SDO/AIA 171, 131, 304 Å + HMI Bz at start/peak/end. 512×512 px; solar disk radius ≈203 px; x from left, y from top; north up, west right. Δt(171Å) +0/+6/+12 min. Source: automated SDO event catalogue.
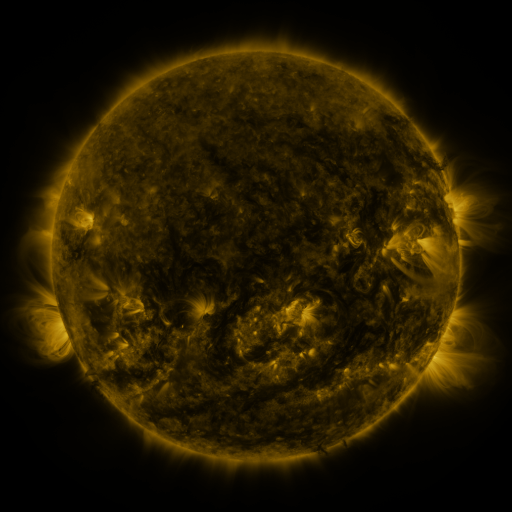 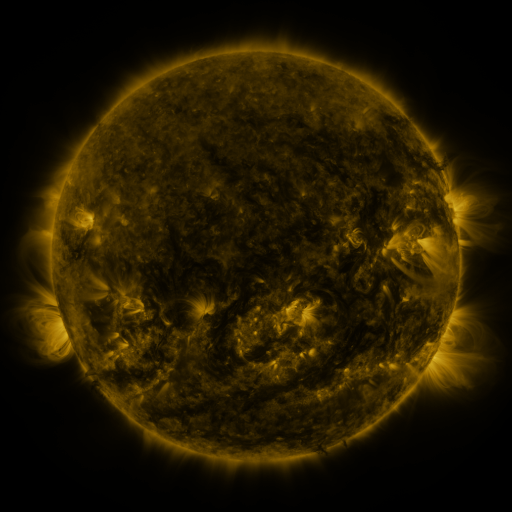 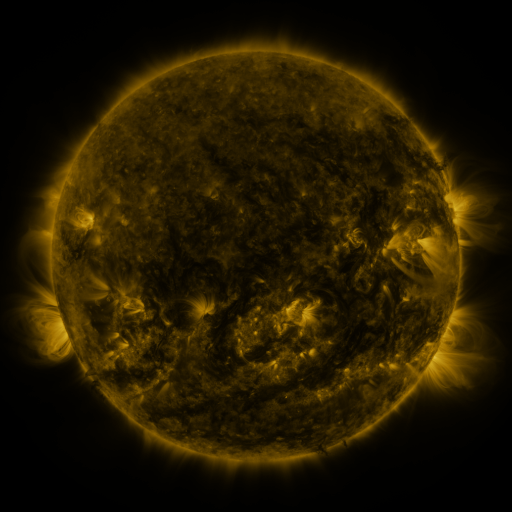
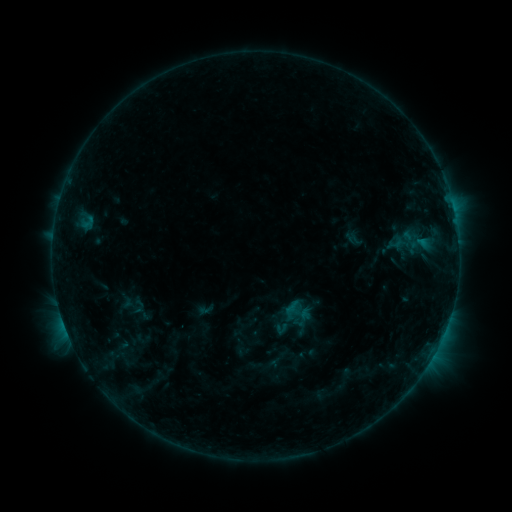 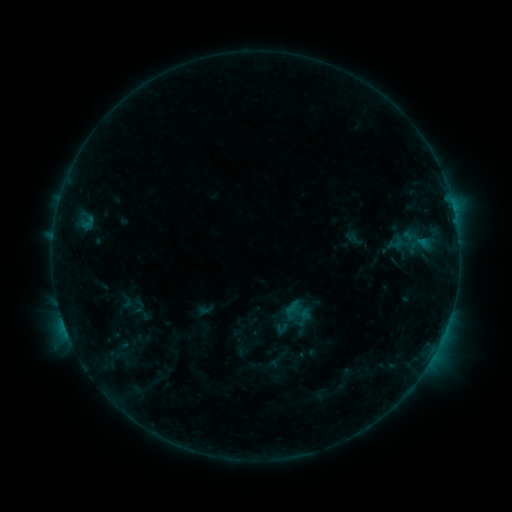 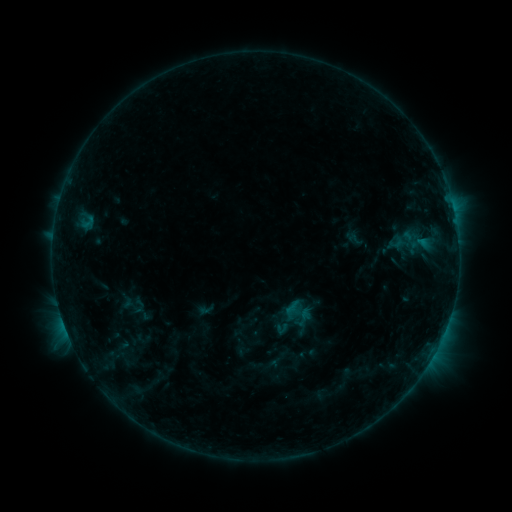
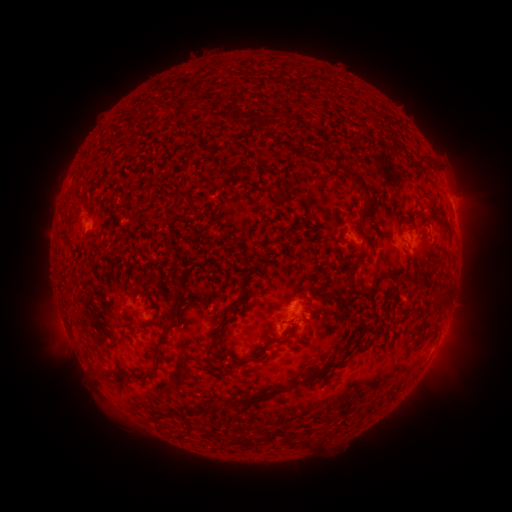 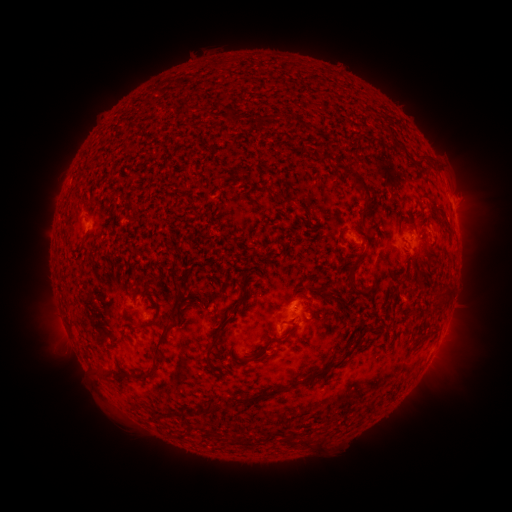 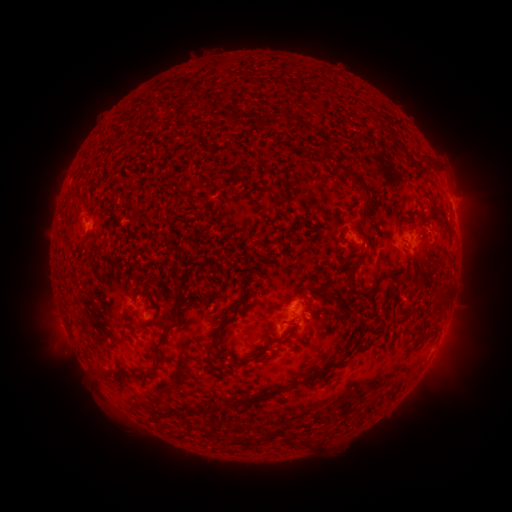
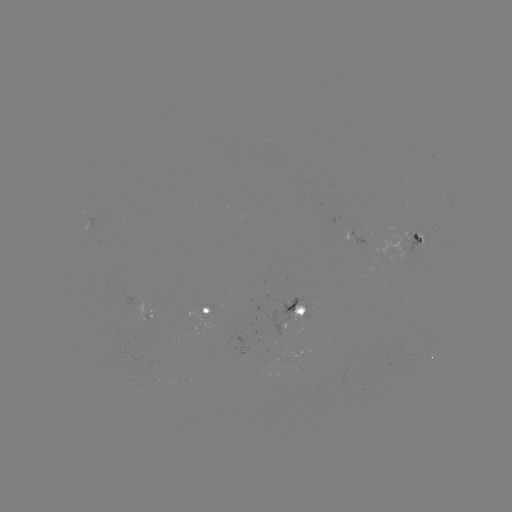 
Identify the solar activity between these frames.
no flare in any classed list; no EUV-trigger detection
